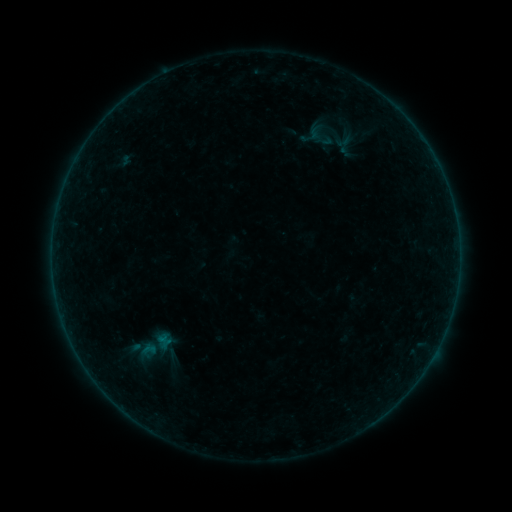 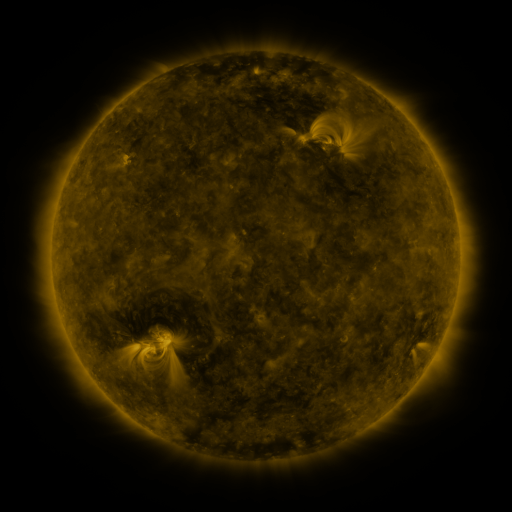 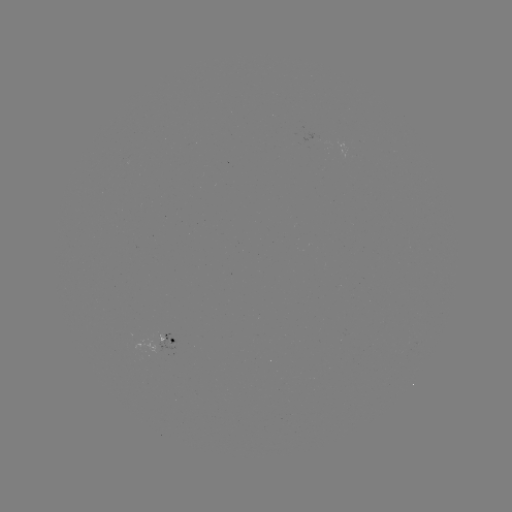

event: sigmoid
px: (152, 346)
